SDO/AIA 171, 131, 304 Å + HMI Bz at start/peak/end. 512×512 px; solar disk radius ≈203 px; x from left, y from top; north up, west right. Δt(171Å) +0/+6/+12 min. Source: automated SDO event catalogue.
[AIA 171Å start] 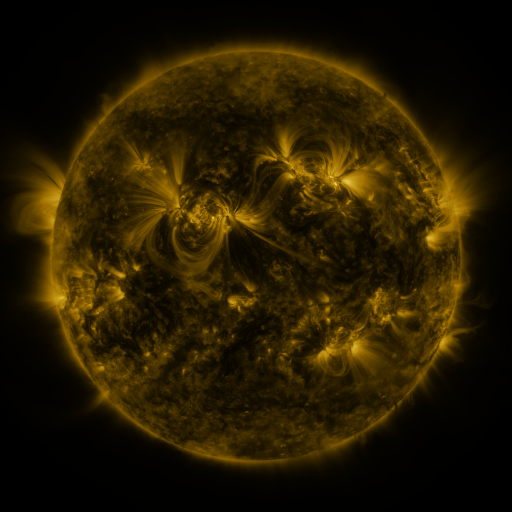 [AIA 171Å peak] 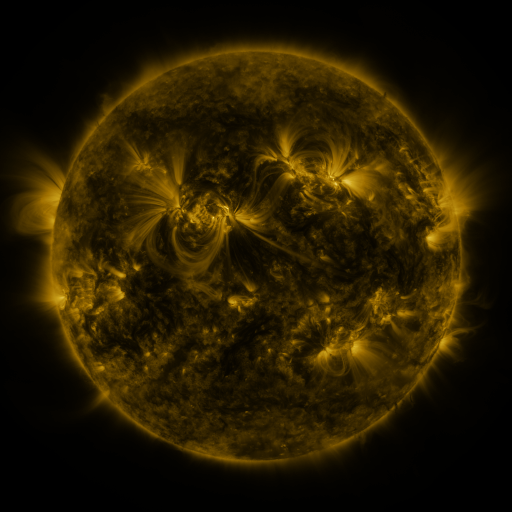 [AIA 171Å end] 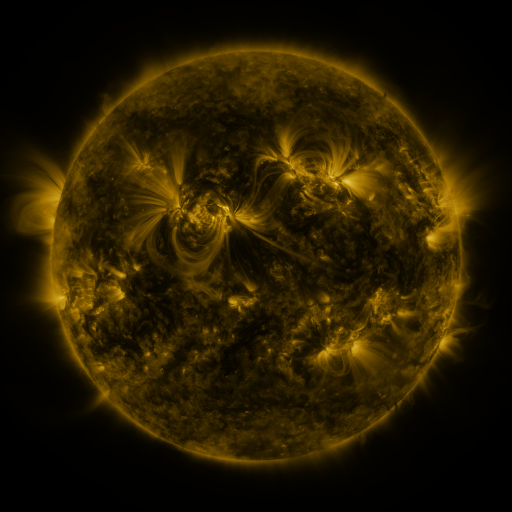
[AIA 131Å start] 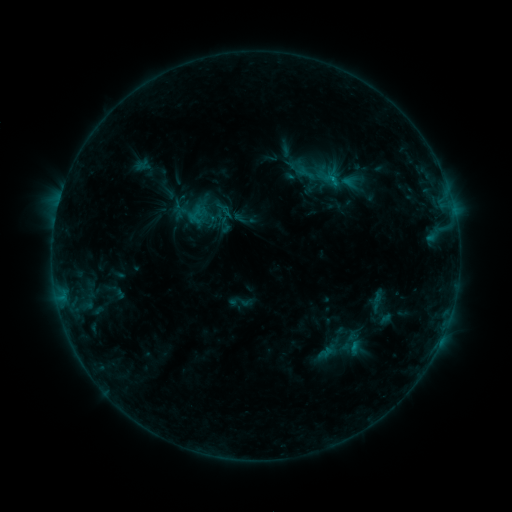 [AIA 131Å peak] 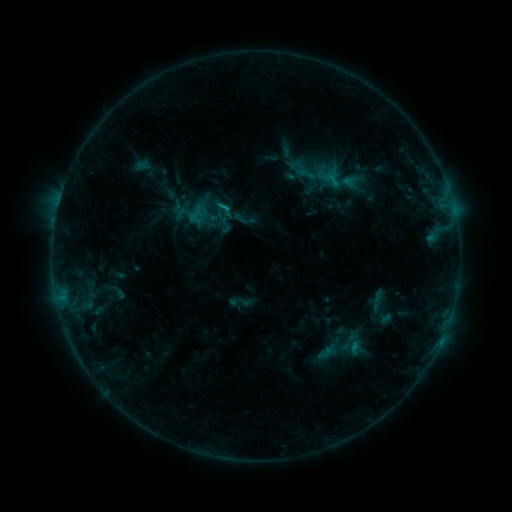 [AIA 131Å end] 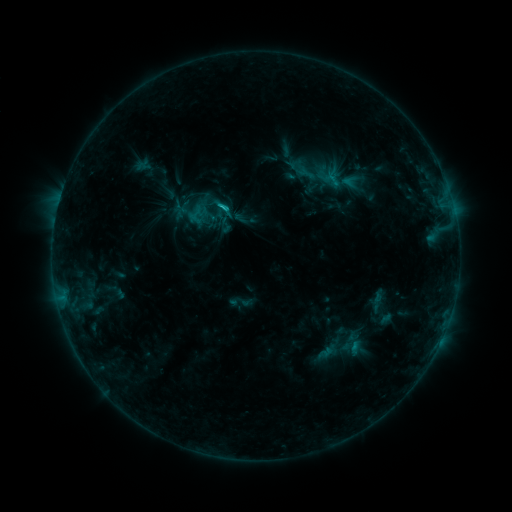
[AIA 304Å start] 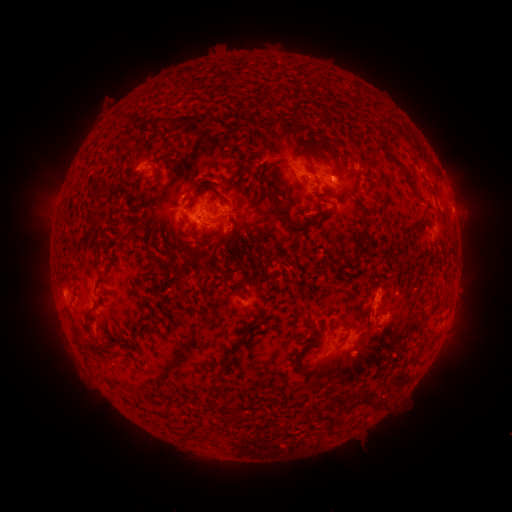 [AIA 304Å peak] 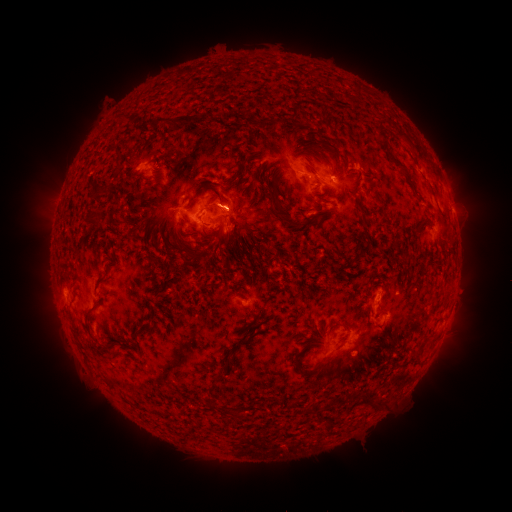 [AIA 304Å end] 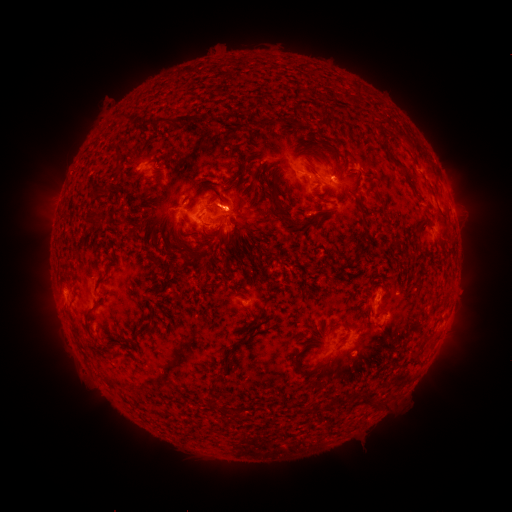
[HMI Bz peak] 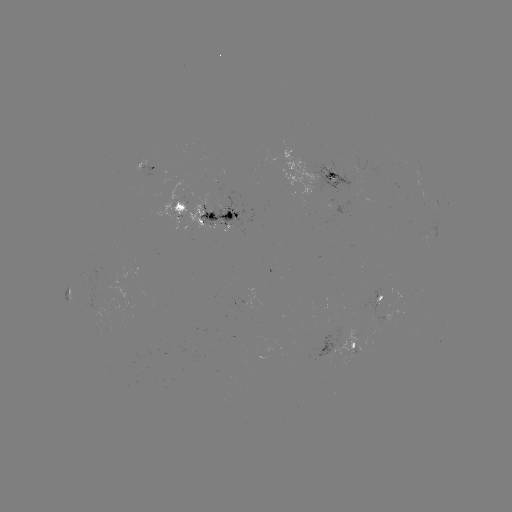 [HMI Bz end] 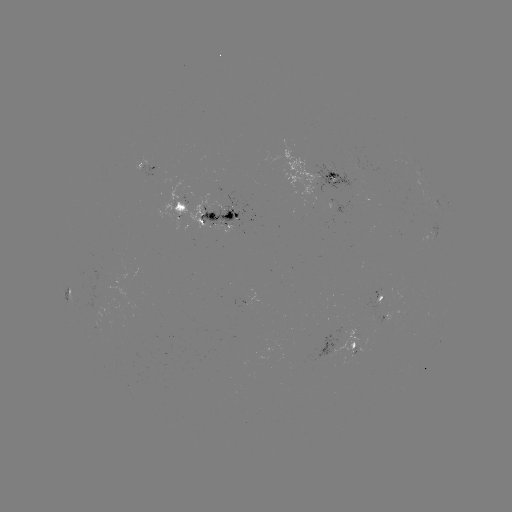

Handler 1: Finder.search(C1.6 flare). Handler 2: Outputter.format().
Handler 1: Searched C1.6 flare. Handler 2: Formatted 227,208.